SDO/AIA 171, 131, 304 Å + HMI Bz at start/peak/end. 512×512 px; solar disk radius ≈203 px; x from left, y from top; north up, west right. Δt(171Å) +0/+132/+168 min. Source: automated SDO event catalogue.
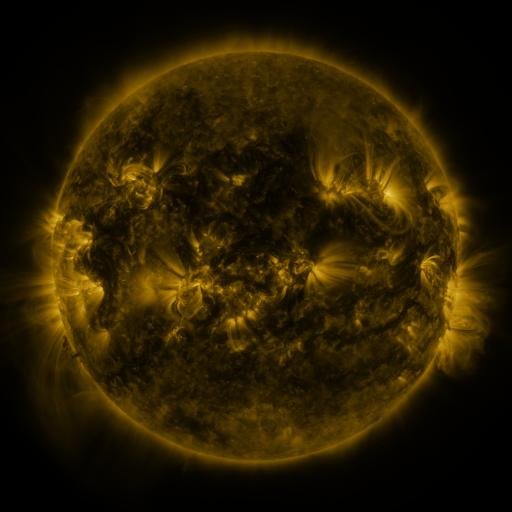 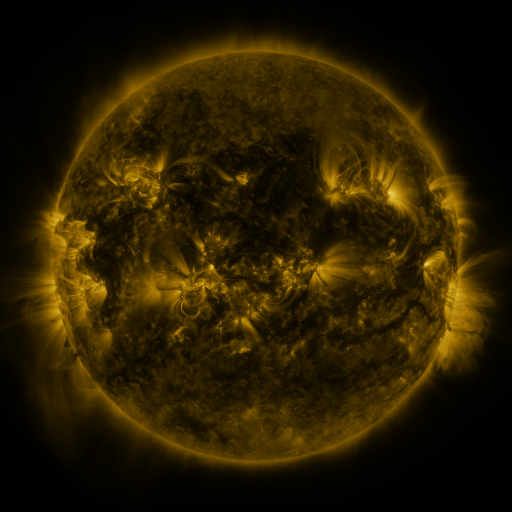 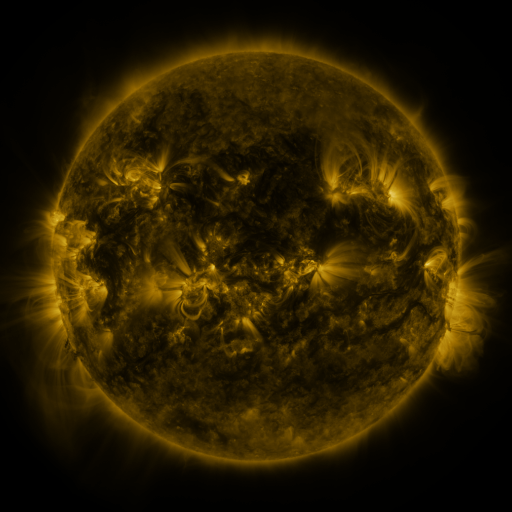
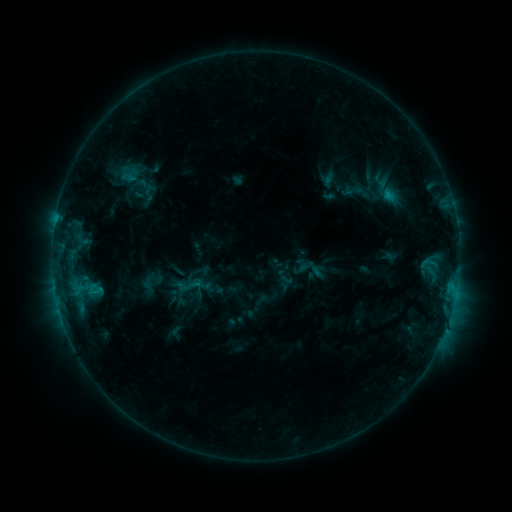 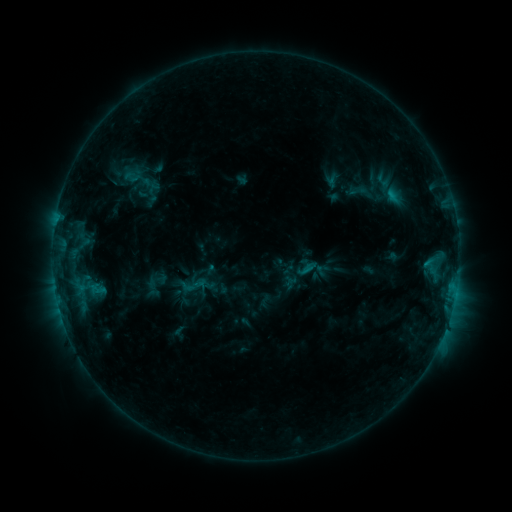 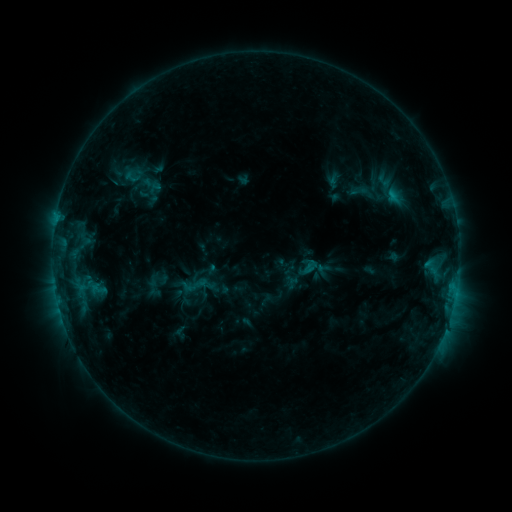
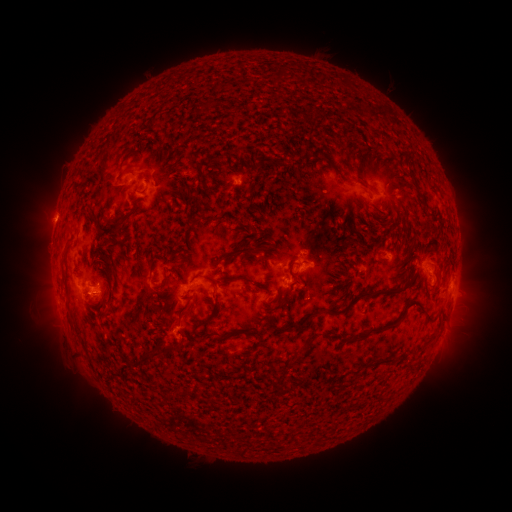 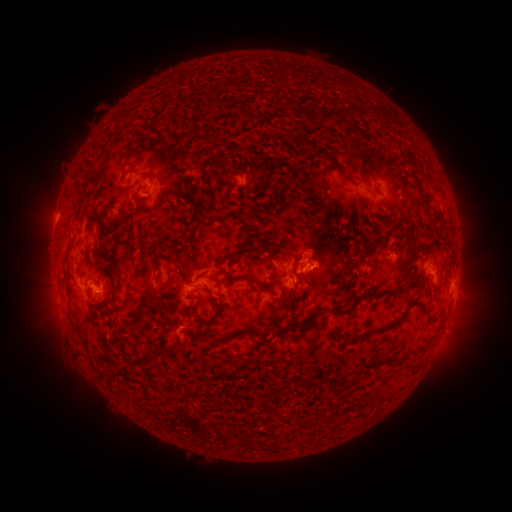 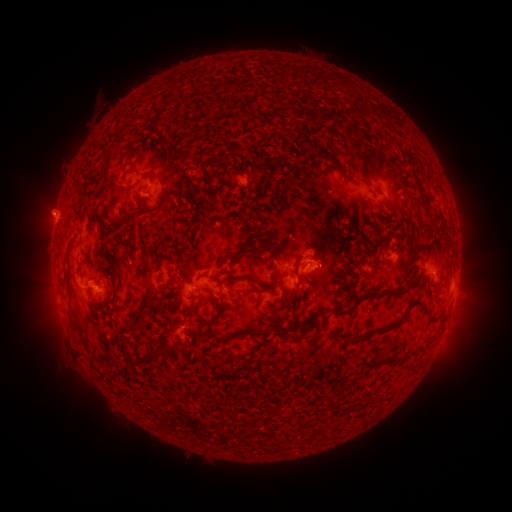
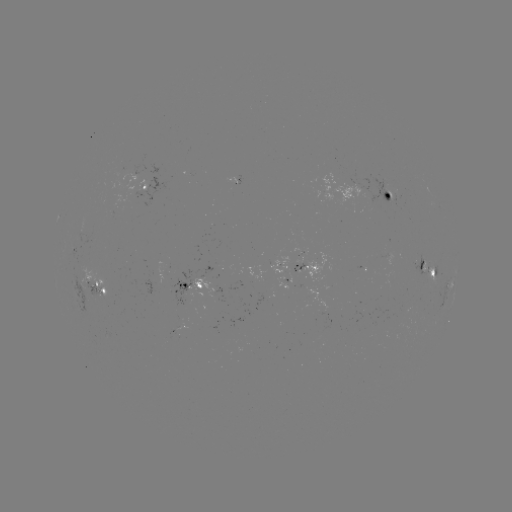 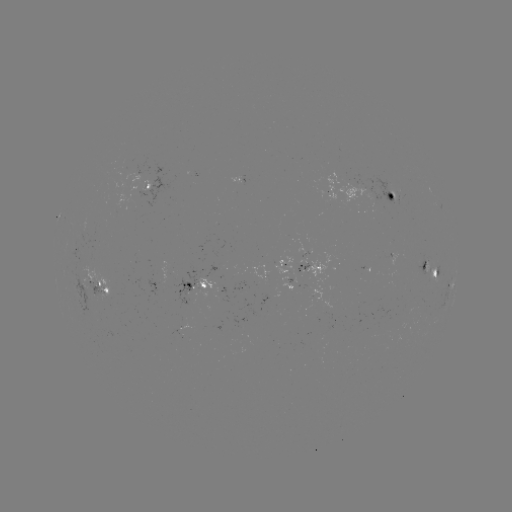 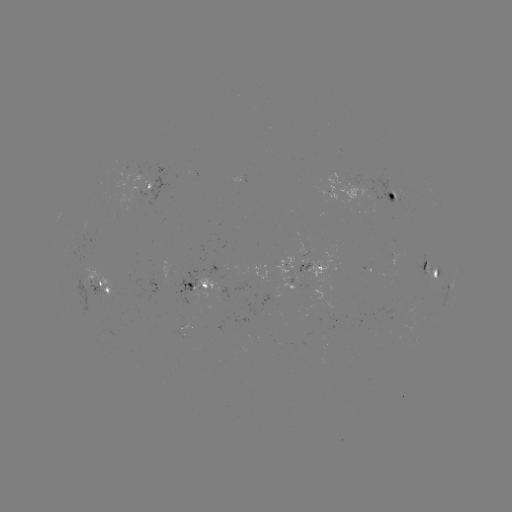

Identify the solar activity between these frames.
emerging-flux region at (316, 296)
